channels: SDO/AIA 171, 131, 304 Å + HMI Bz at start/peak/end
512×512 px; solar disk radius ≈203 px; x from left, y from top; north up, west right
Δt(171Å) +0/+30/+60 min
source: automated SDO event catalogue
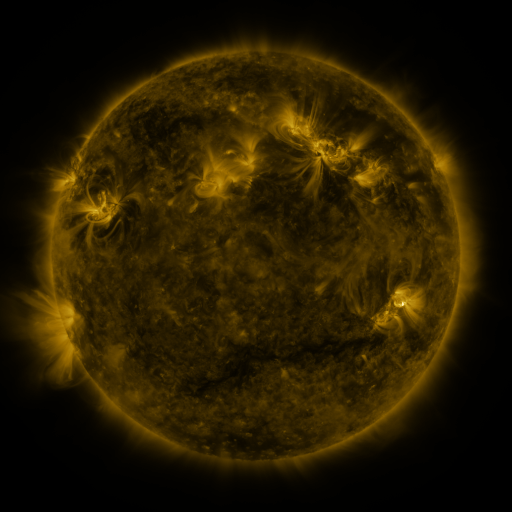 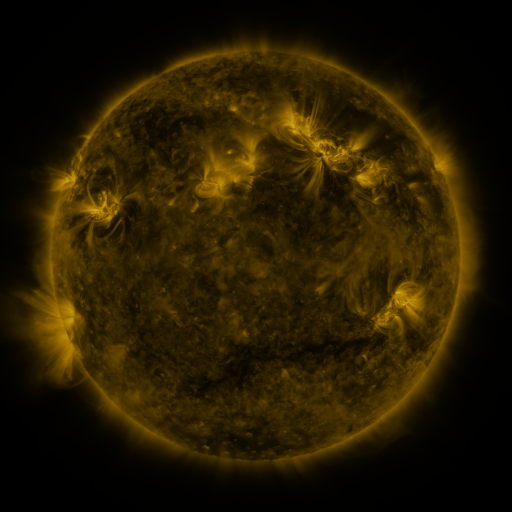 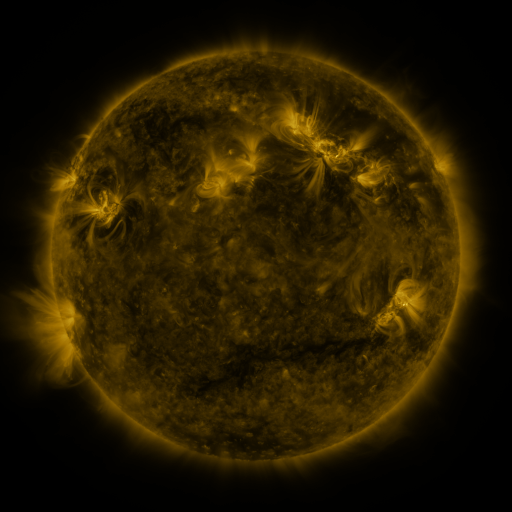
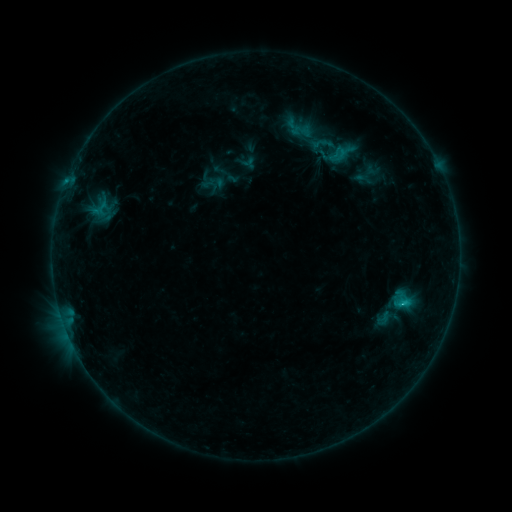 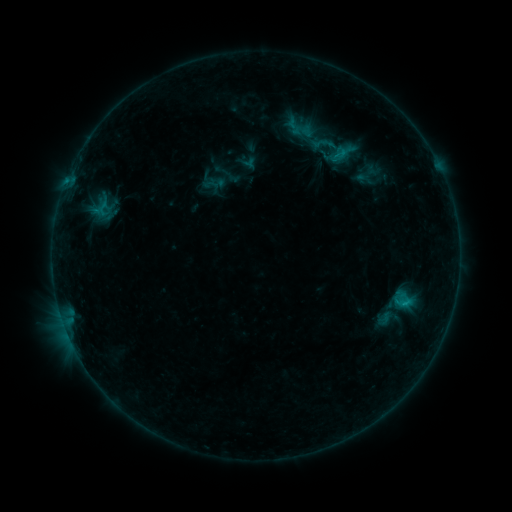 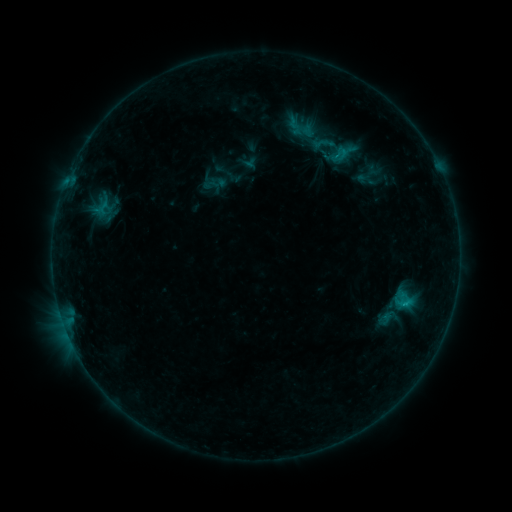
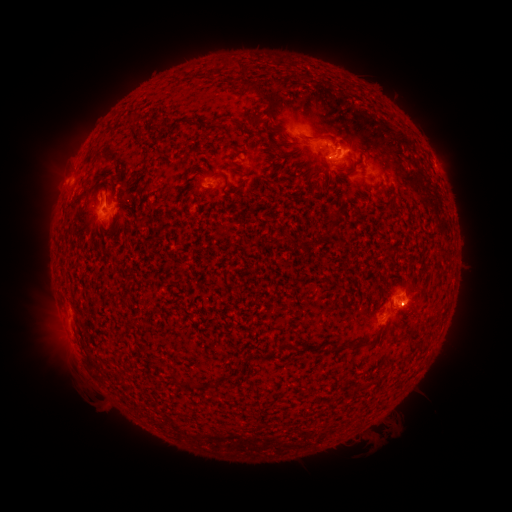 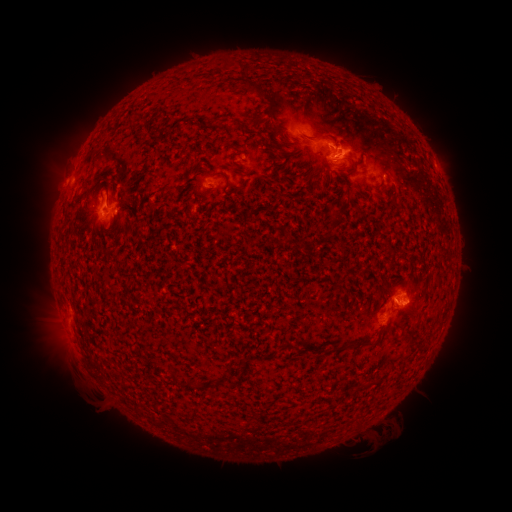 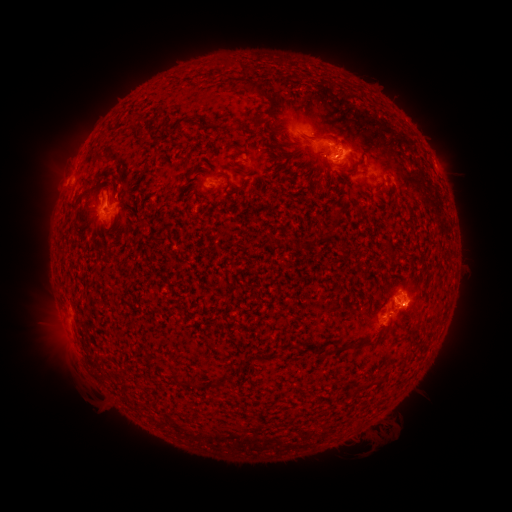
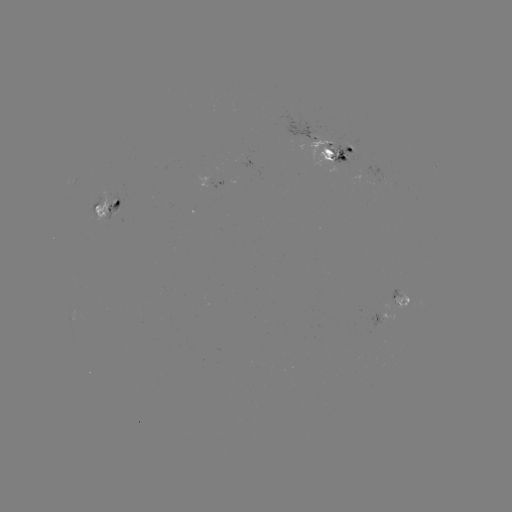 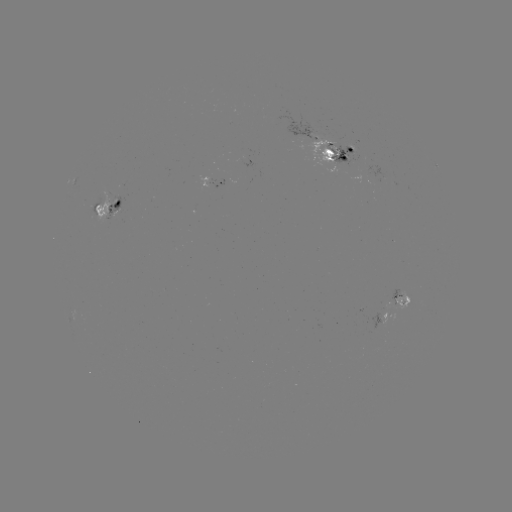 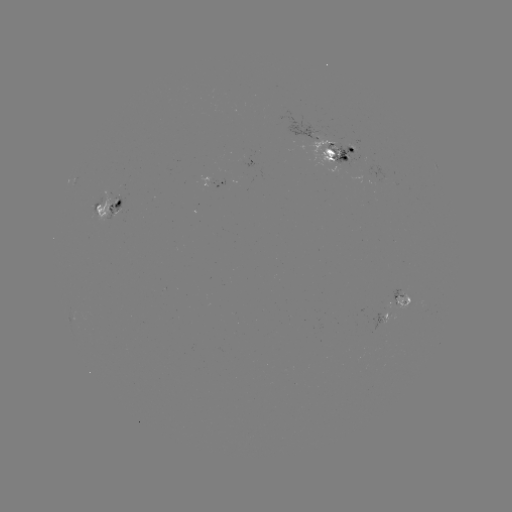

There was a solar emerging-flux region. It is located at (380, 320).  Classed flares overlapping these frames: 4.